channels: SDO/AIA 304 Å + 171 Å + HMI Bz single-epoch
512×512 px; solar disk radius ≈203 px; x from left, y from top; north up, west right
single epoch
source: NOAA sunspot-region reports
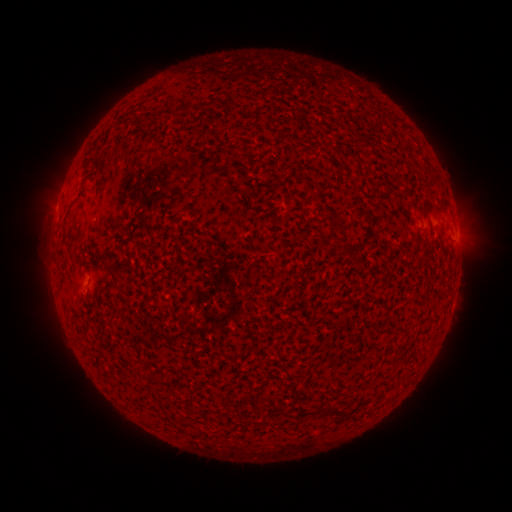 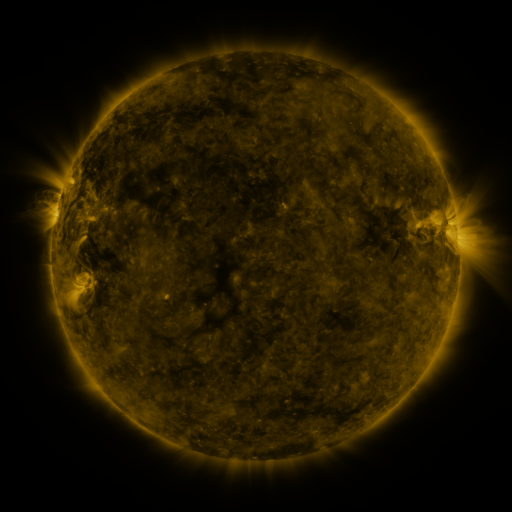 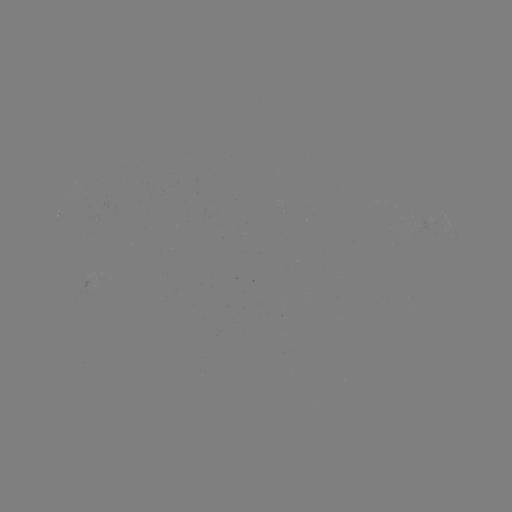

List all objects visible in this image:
(none)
